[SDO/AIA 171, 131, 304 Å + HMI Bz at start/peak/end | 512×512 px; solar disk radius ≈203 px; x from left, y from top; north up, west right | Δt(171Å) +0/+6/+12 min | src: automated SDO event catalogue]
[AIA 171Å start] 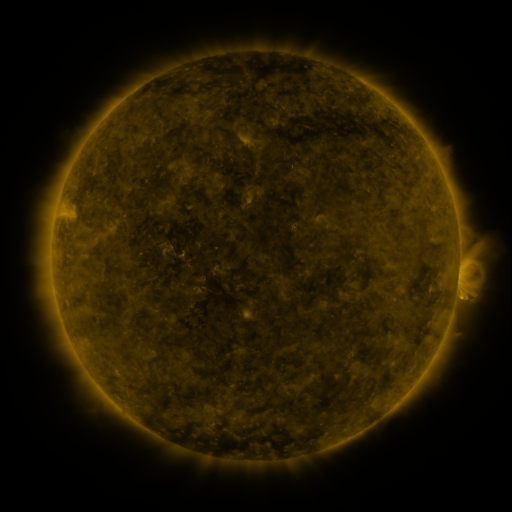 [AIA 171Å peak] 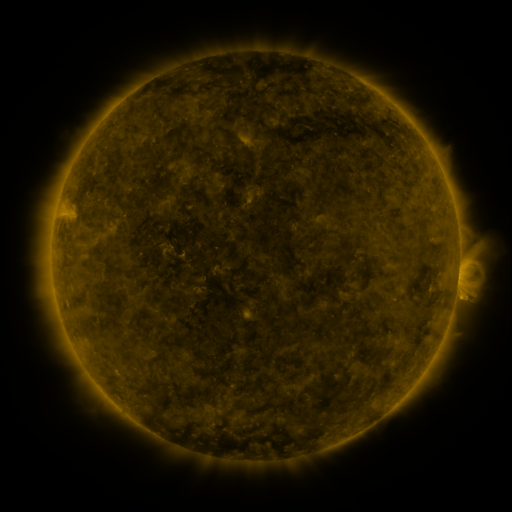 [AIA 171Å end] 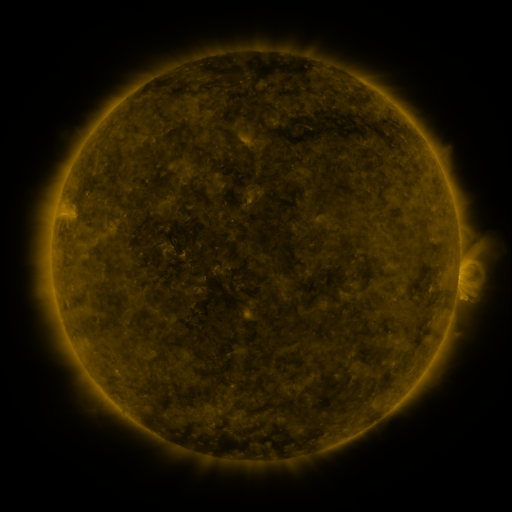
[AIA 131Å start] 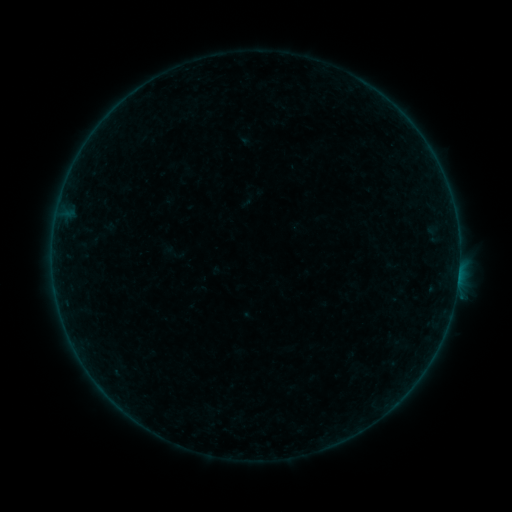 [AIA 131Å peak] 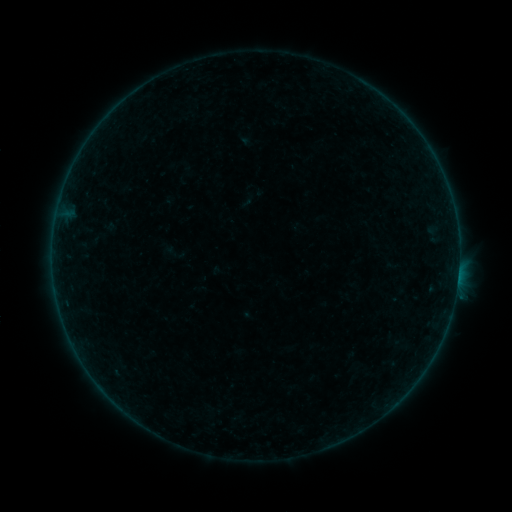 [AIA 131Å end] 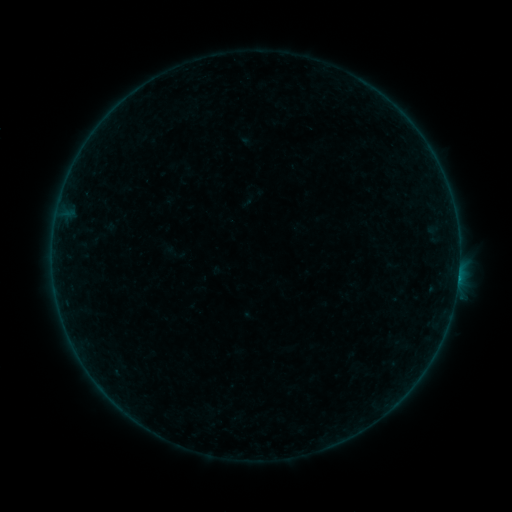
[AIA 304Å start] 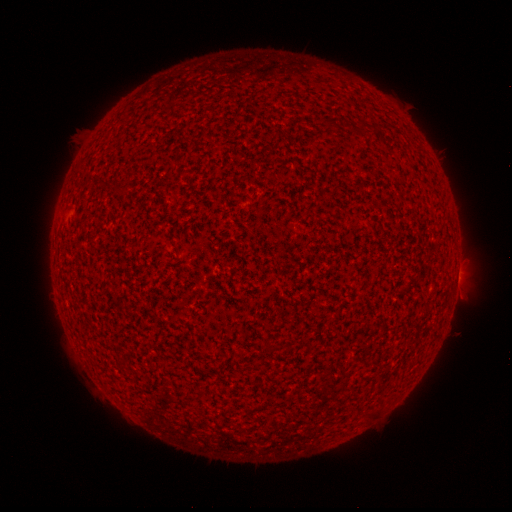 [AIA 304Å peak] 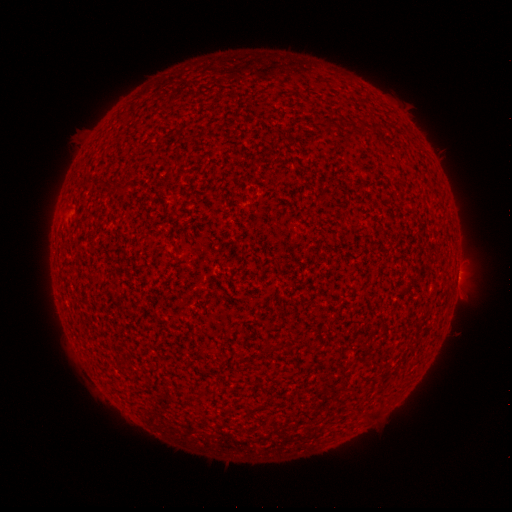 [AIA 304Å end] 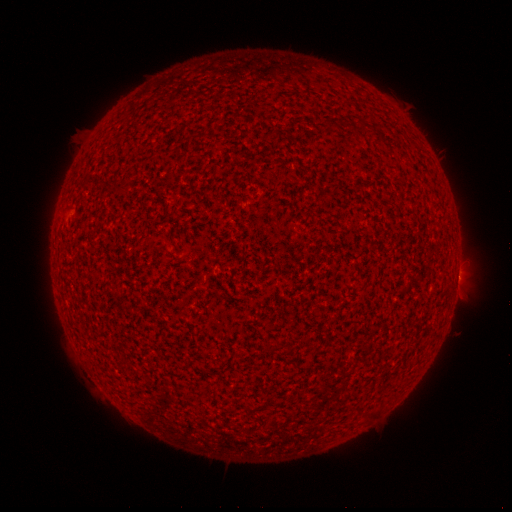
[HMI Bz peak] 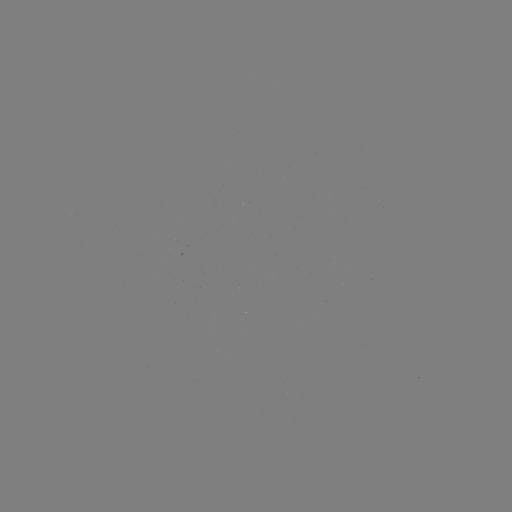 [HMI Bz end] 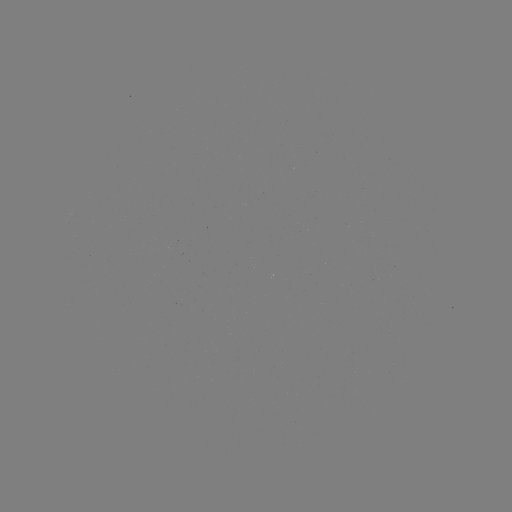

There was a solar flare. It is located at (458, 277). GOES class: B1.0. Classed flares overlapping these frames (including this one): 1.